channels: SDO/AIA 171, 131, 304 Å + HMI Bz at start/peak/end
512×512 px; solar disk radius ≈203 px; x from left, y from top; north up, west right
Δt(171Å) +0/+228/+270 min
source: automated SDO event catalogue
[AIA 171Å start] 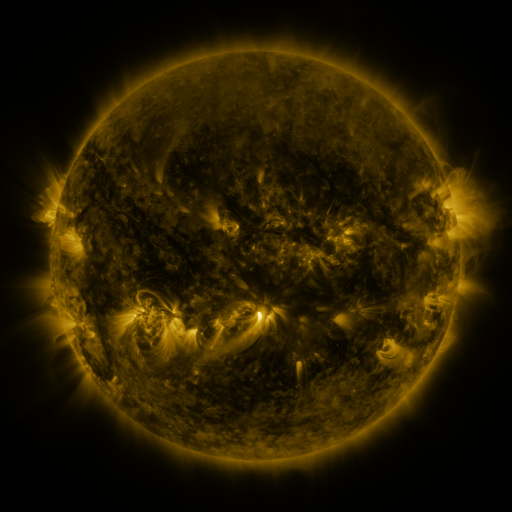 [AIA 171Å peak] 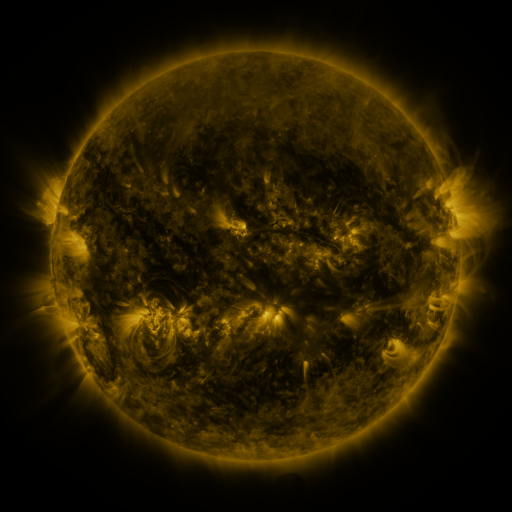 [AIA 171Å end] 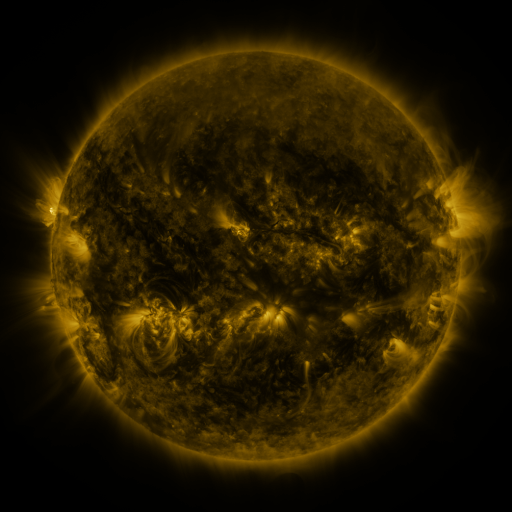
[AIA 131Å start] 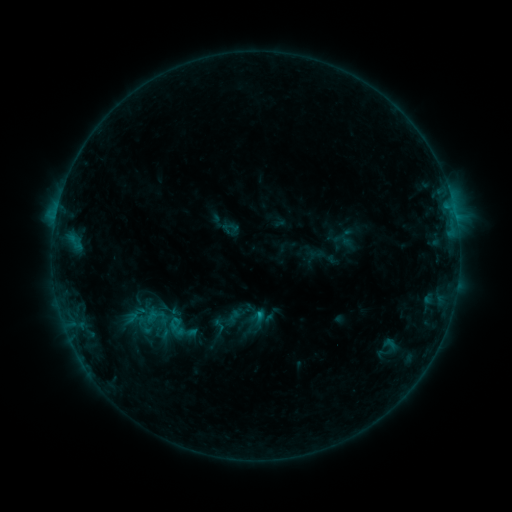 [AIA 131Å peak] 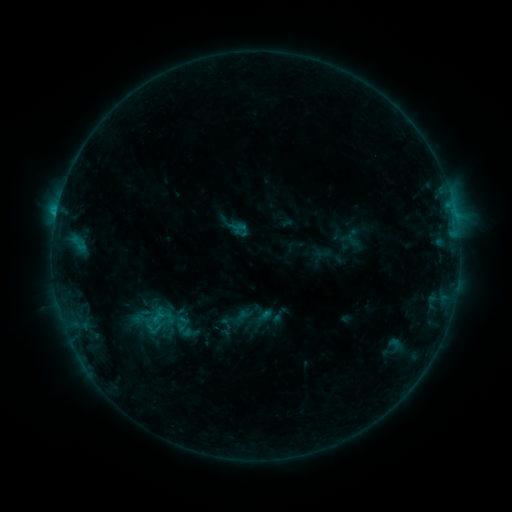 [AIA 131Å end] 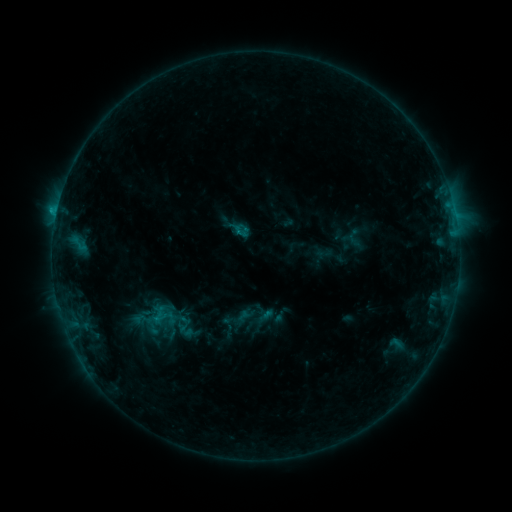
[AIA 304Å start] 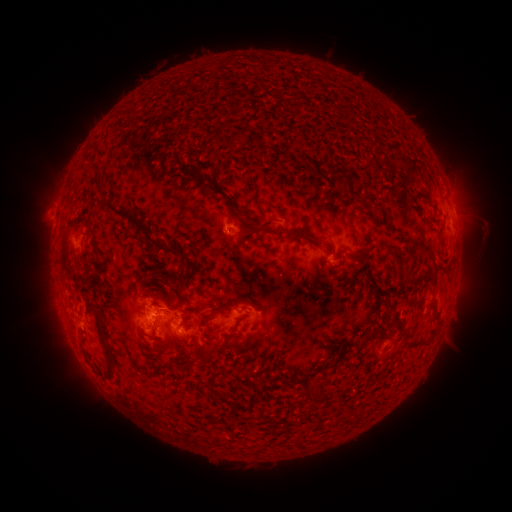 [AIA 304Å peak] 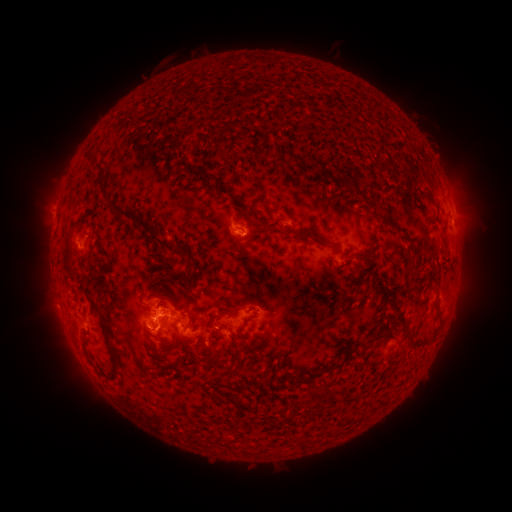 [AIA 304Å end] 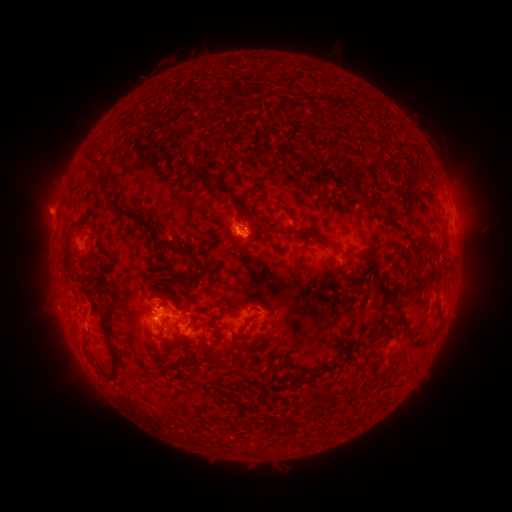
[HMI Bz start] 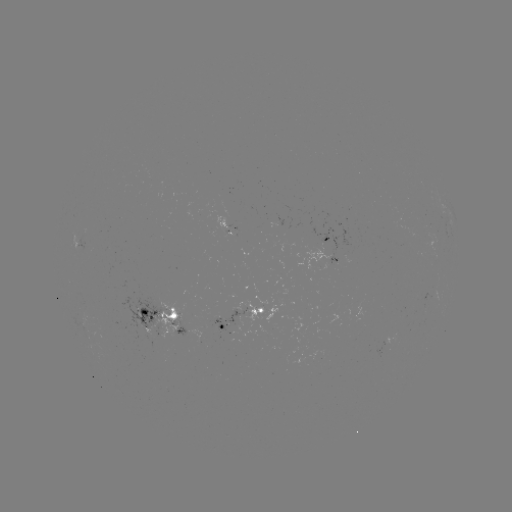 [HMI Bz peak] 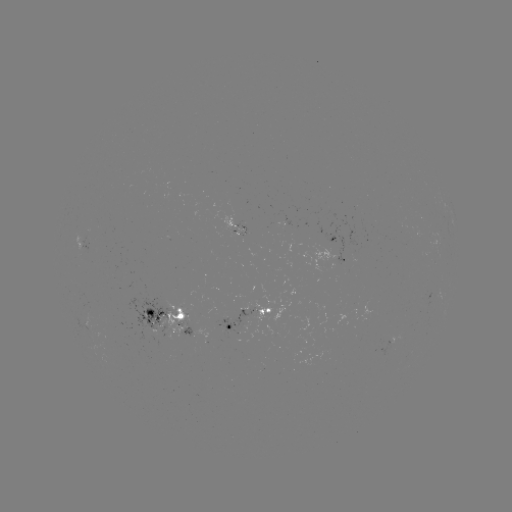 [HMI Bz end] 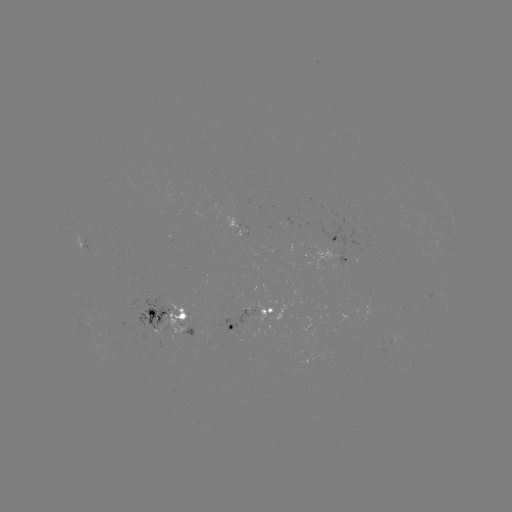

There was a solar emerging-flux region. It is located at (167, 329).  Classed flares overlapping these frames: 2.